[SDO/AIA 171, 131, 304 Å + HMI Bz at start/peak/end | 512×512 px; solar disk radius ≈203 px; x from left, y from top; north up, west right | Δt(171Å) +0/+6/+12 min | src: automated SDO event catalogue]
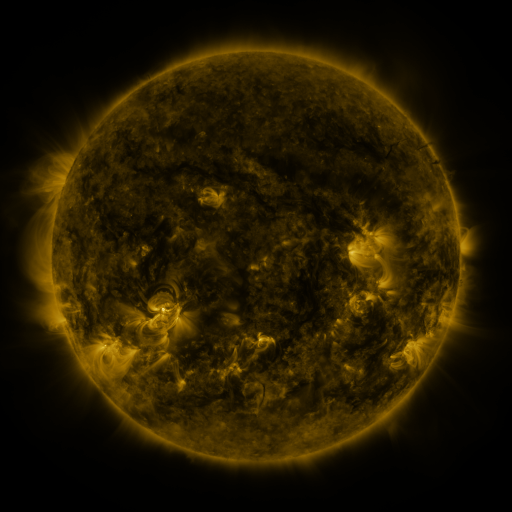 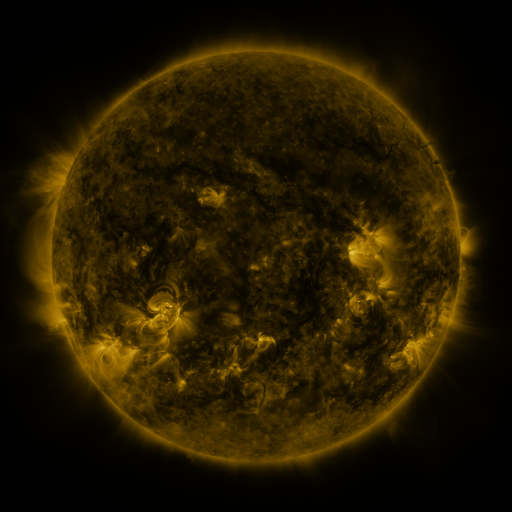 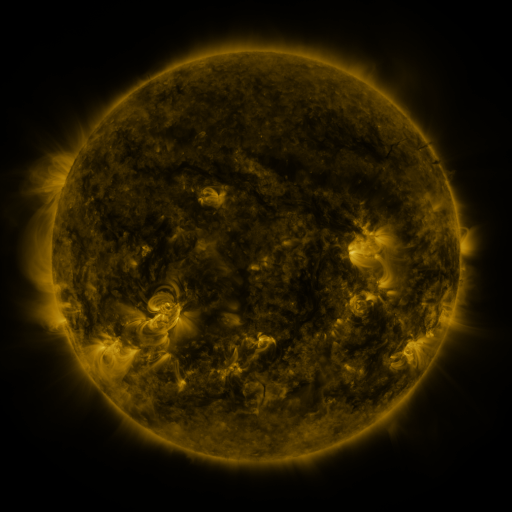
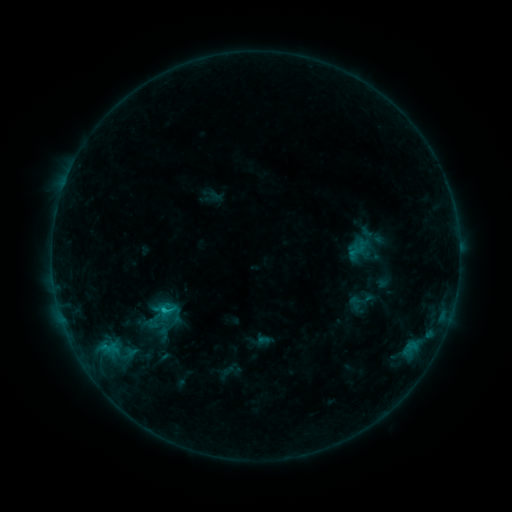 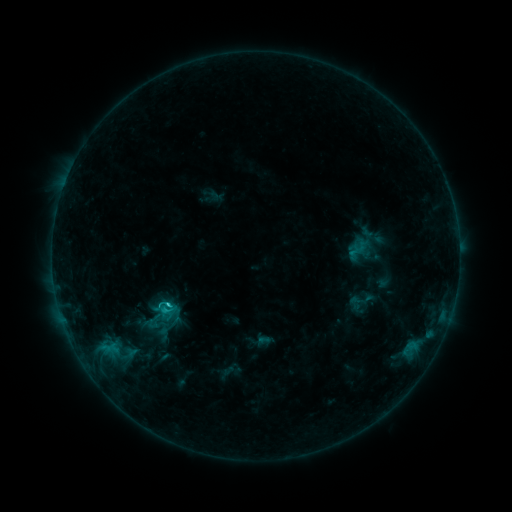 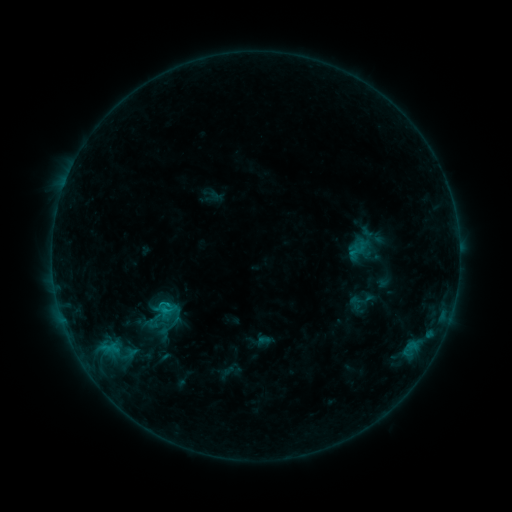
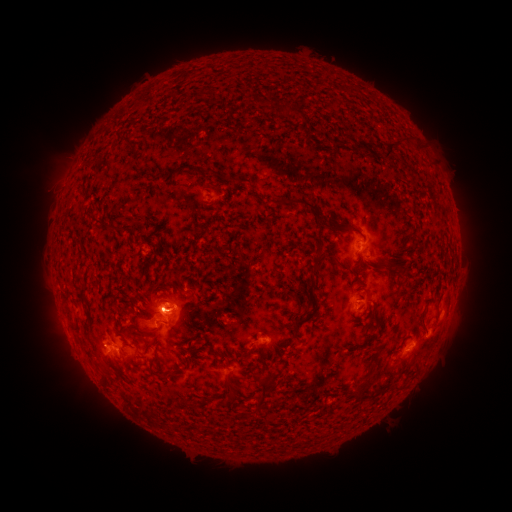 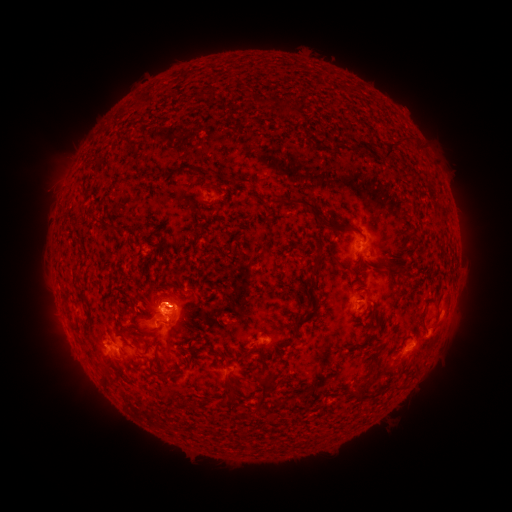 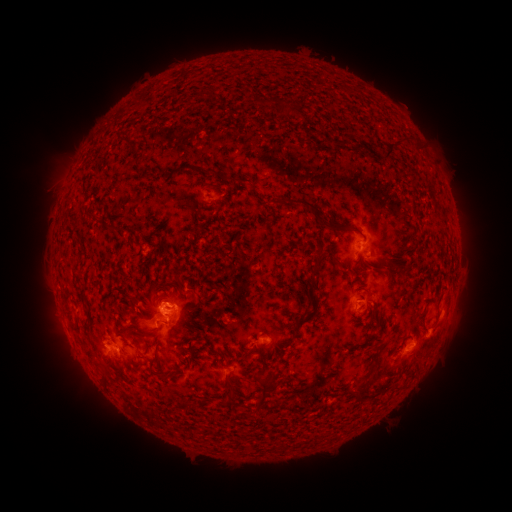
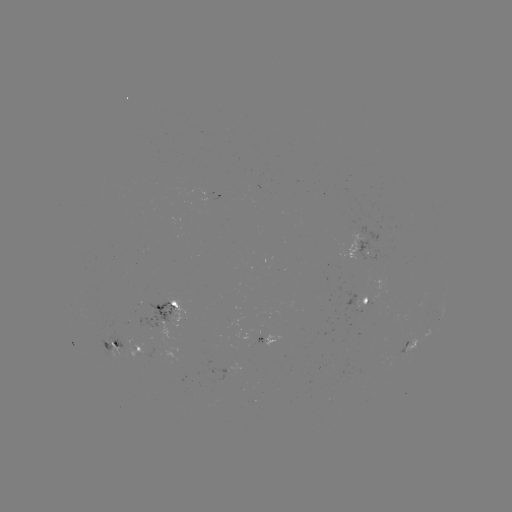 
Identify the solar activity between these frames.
C1.4 flare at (170, 303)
